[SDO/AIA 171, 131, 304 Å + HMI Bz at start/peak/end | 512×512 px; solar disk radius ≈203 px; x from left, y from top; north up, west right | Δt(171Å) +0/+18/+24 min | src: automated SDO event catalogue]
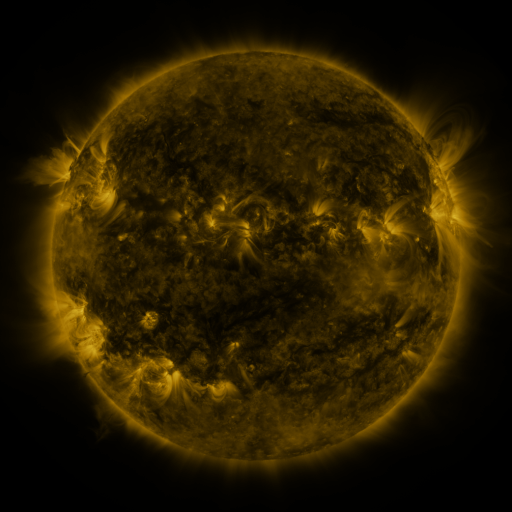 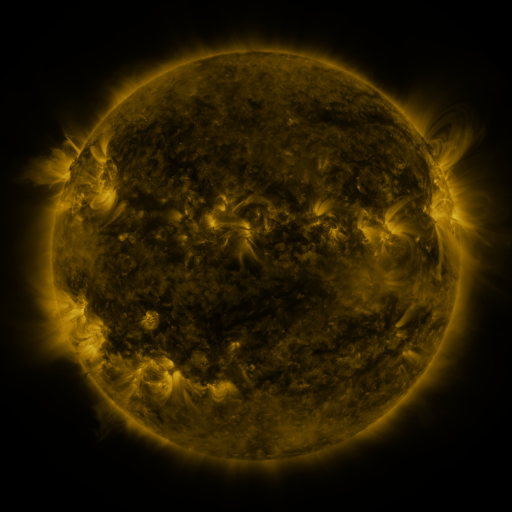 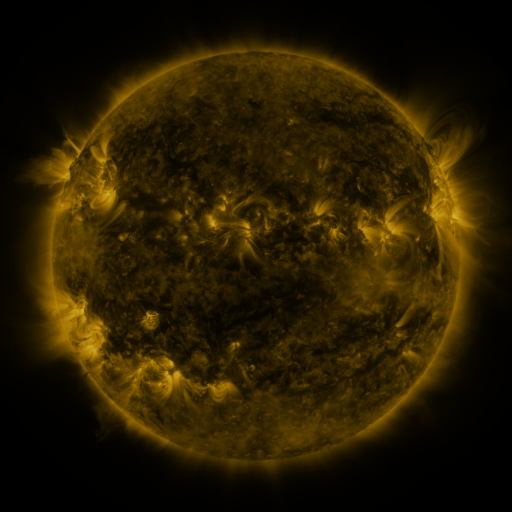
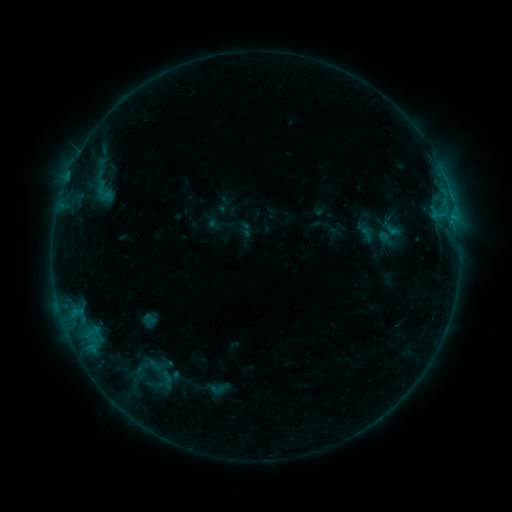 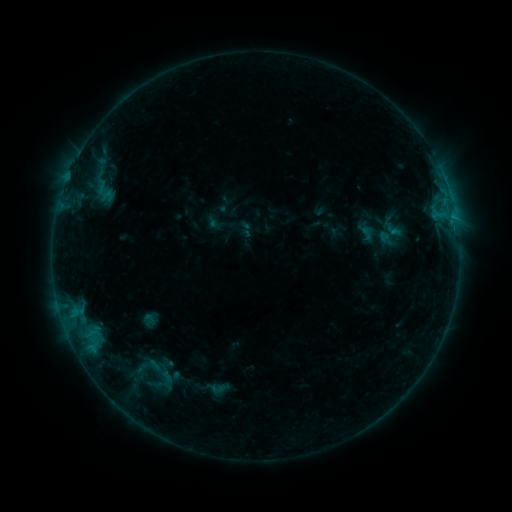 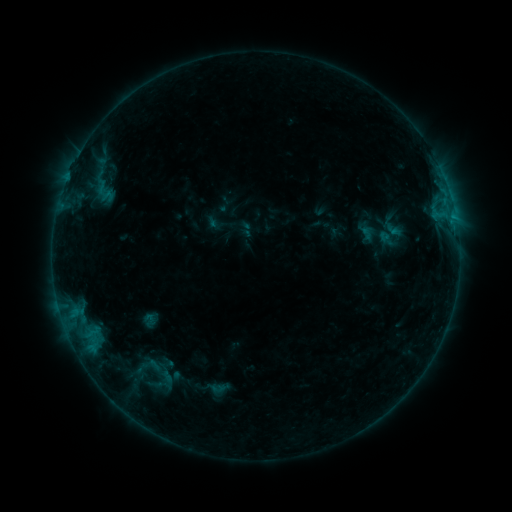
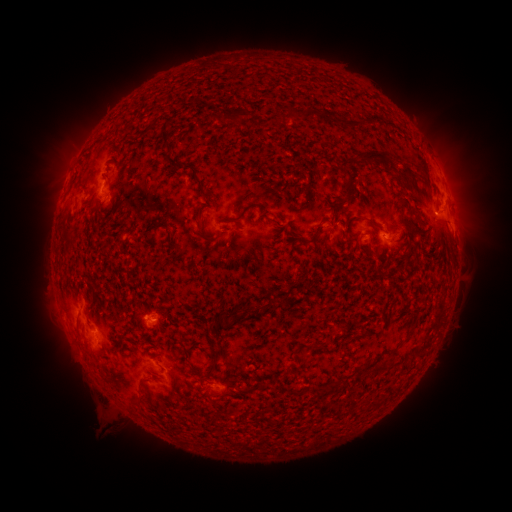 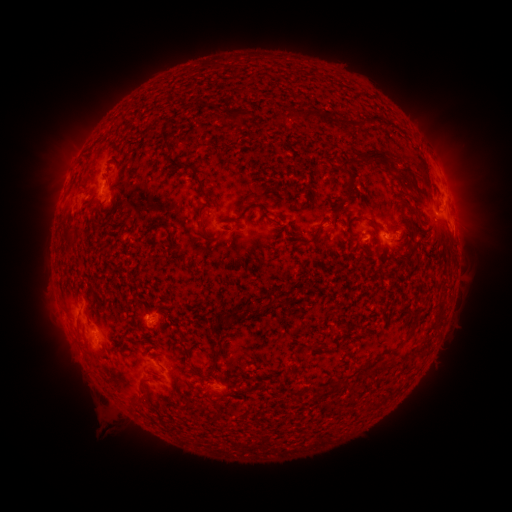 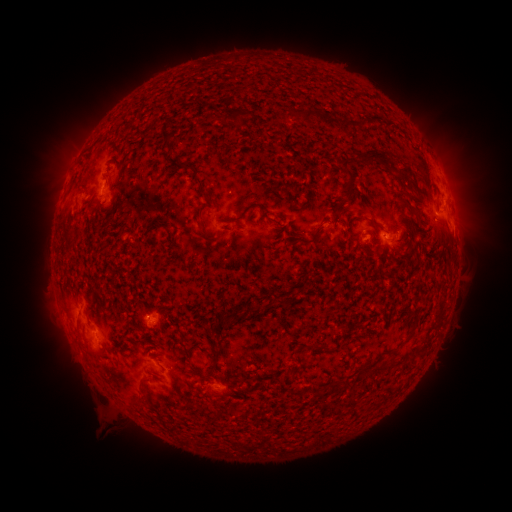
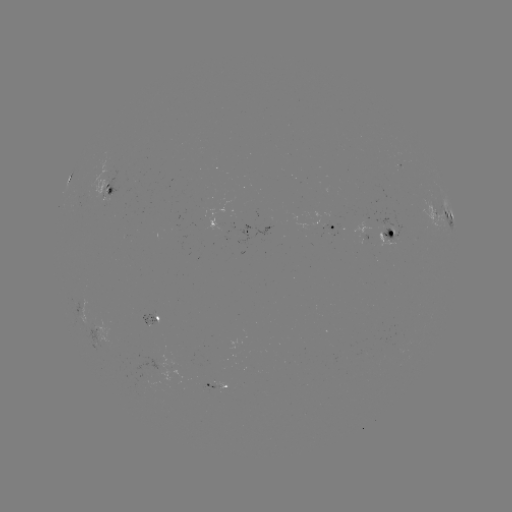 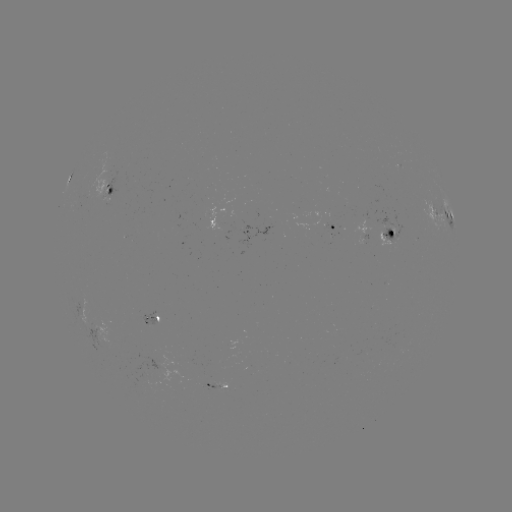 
no classed flare was catalogued and no EUV brightening was flagged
